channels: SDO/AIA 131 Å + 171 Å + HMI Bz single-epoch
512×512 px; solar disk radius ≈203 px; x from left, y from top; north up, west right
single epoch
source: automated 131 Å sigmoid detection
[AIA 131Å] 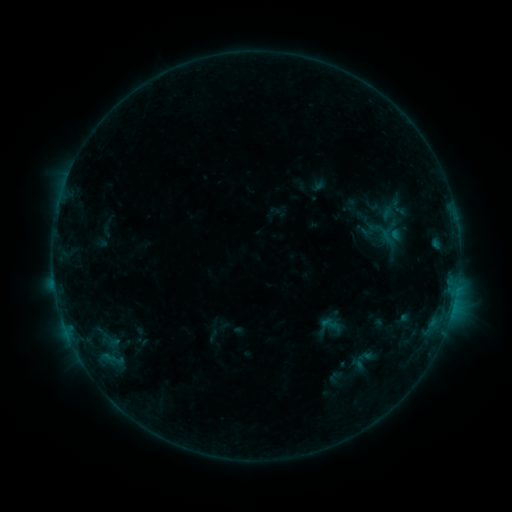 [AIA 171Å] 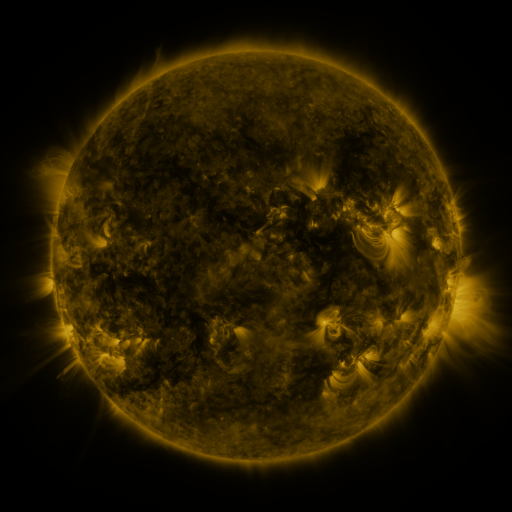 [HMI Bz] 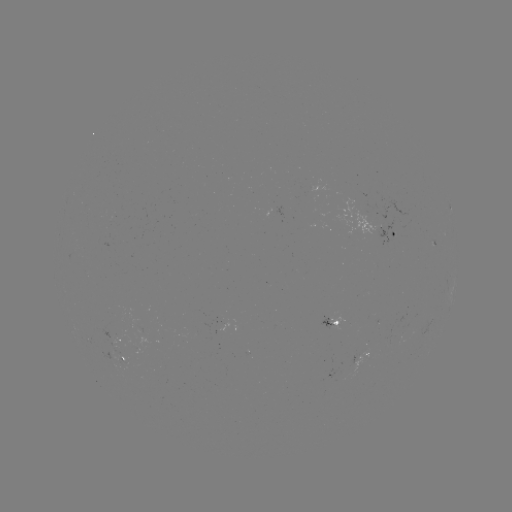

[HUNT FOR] sigmoid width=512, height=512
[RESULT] (399, 208)